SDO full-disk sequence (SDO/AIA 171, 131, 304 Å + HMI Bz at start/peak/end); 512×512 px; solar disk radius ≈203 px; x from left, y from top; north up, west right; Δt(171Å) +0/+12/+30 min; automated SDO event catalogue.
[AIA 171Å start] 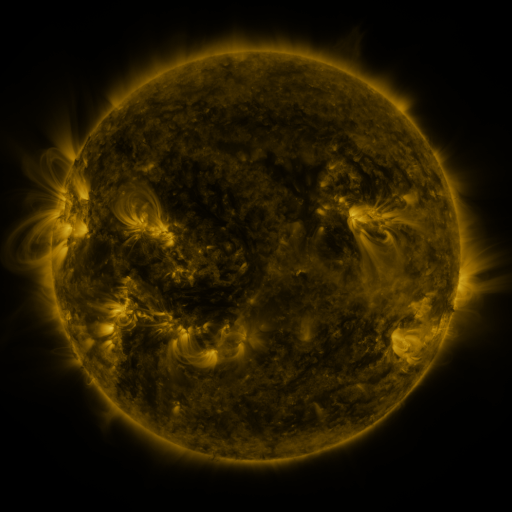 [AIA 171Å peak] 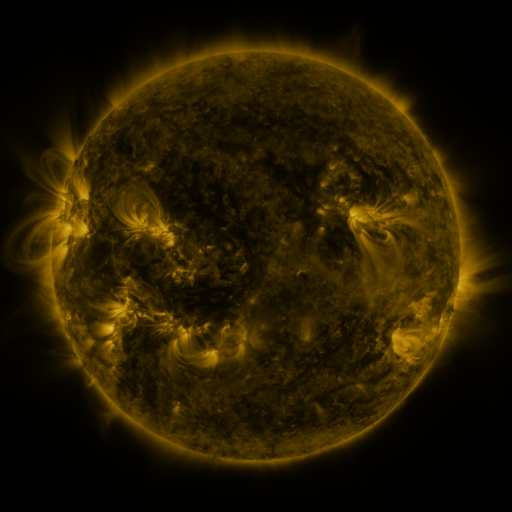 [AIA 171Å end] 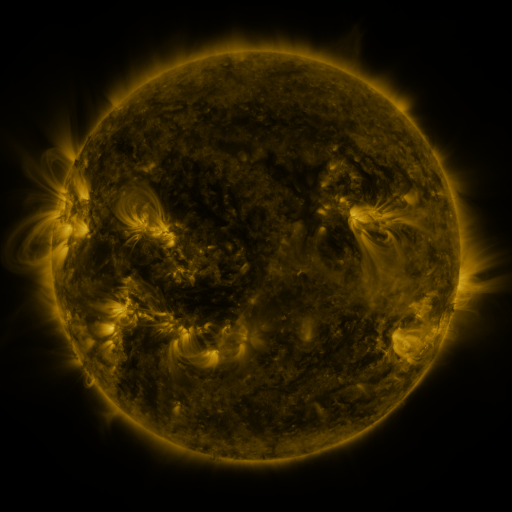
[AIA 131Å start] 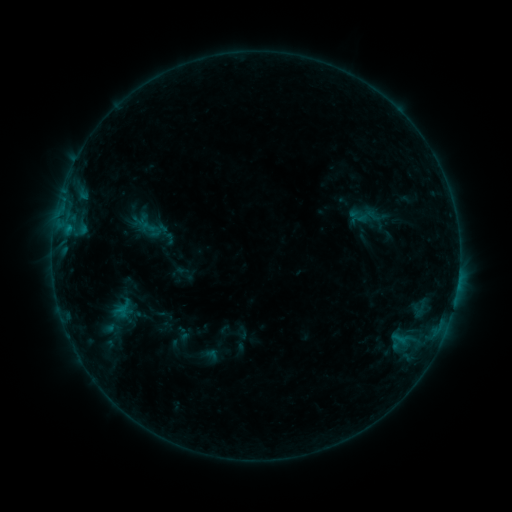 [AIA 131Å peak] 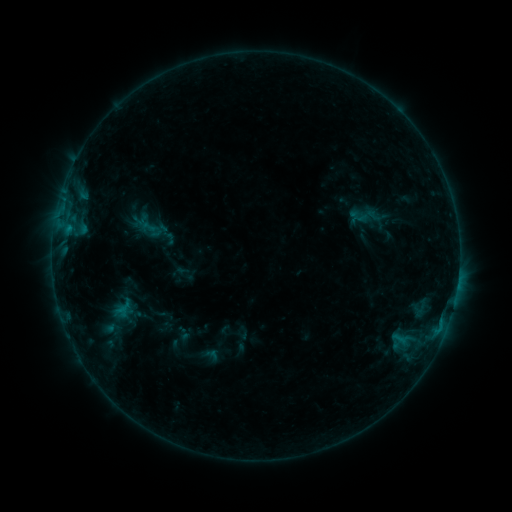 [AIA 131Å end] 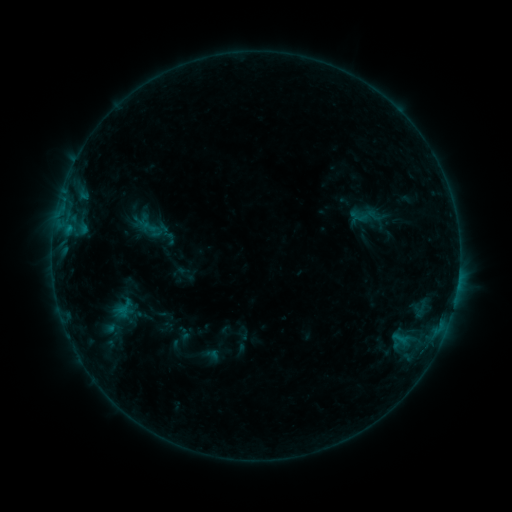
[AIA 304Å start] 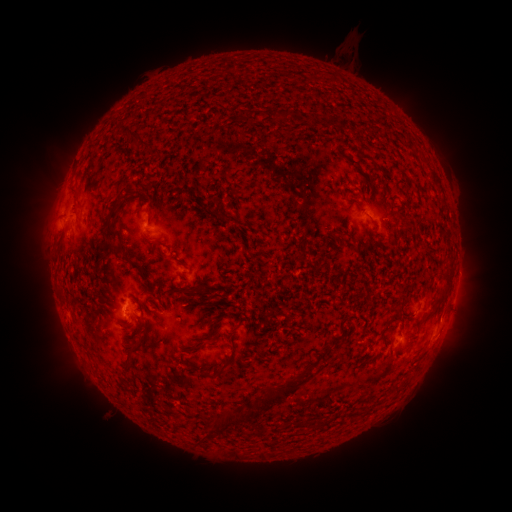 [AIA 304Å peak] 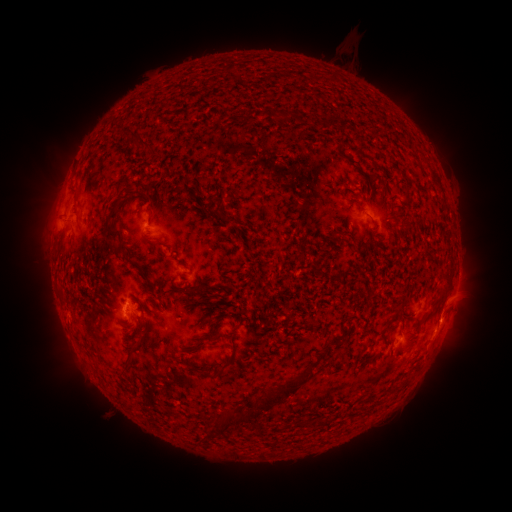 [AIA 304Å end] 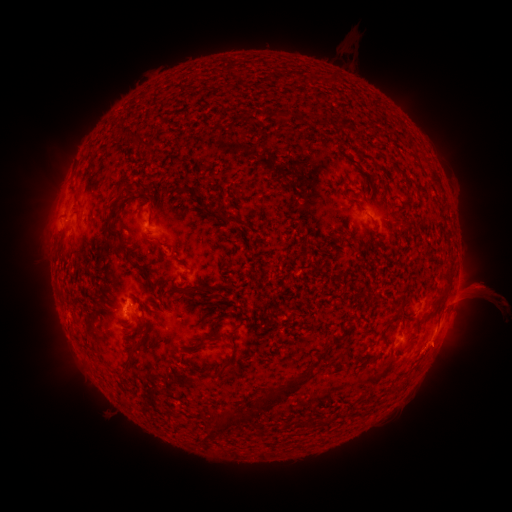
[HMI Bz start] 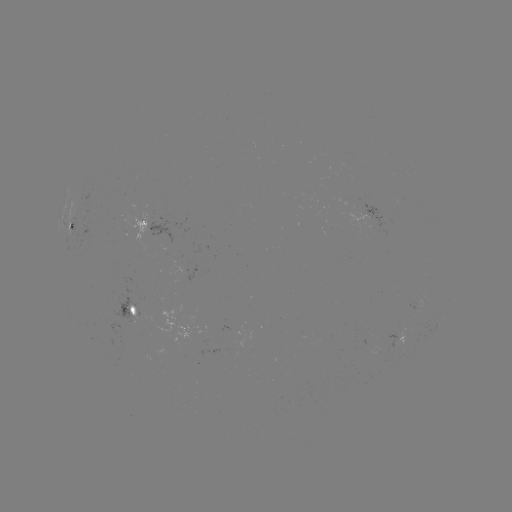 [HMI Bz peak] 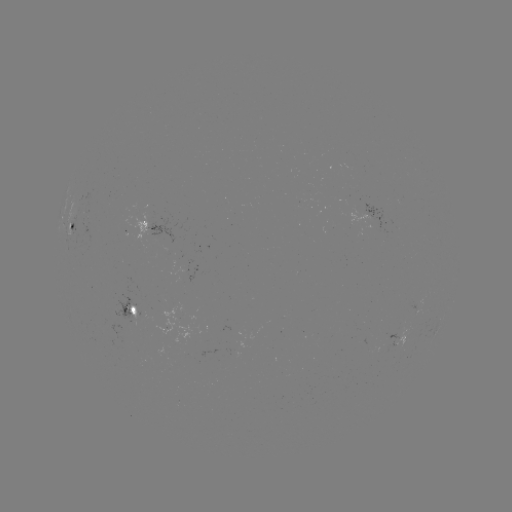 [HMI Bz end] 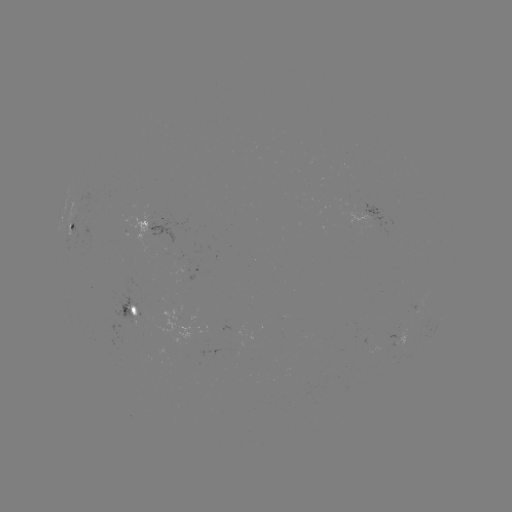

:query eruption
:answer [455, 305]